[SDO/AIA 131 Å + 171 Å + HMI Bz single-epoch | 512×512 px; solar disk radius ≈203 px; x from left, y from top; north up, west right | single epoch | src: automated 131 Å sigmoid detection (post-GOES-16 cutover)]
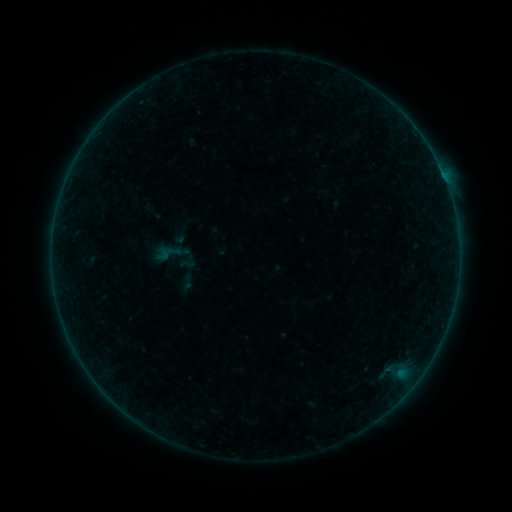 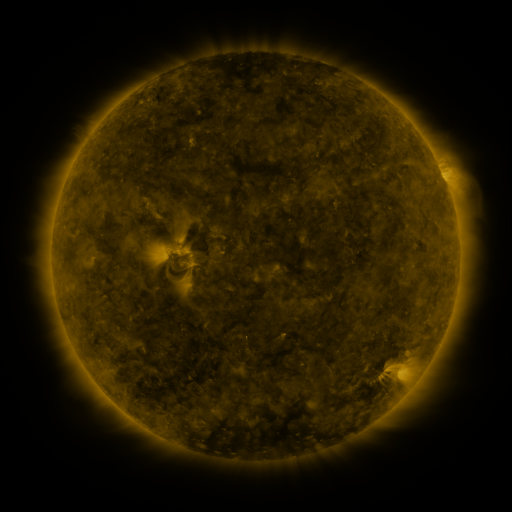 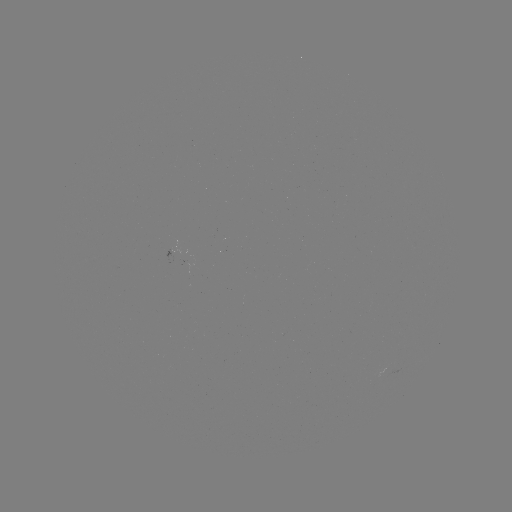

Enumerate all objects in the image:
sigmoid: <bbox>153, 233, 200, 278</bbox>
